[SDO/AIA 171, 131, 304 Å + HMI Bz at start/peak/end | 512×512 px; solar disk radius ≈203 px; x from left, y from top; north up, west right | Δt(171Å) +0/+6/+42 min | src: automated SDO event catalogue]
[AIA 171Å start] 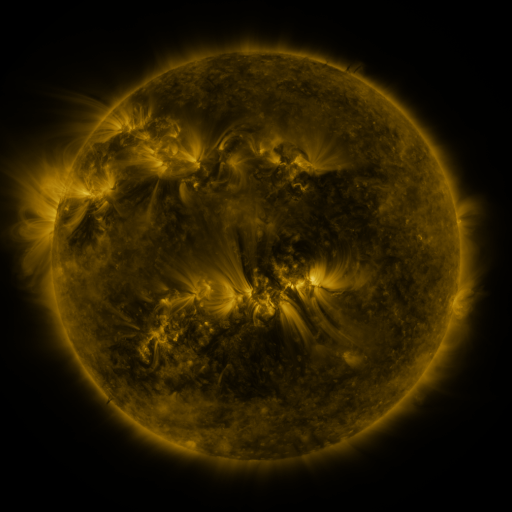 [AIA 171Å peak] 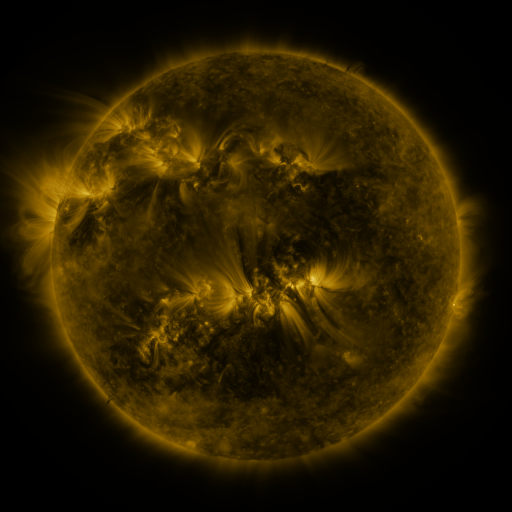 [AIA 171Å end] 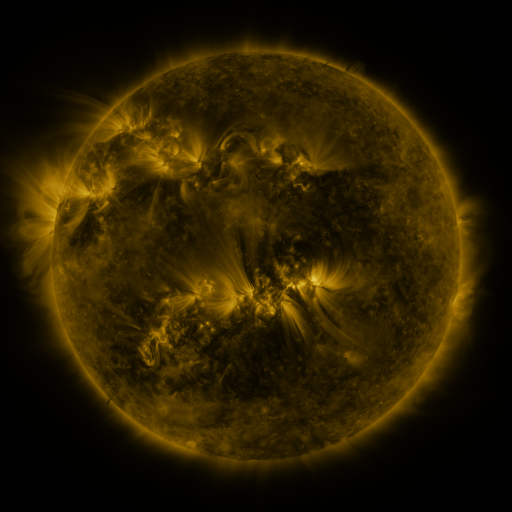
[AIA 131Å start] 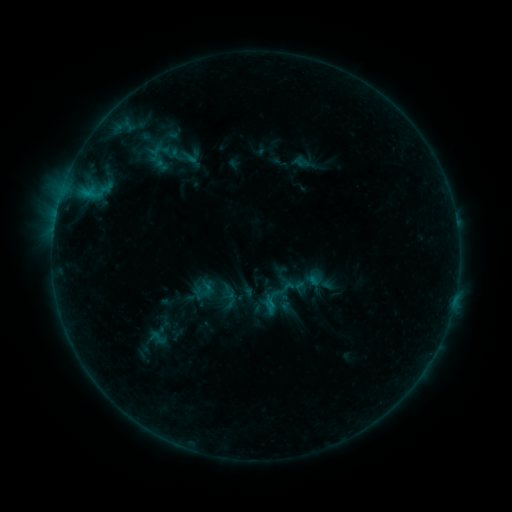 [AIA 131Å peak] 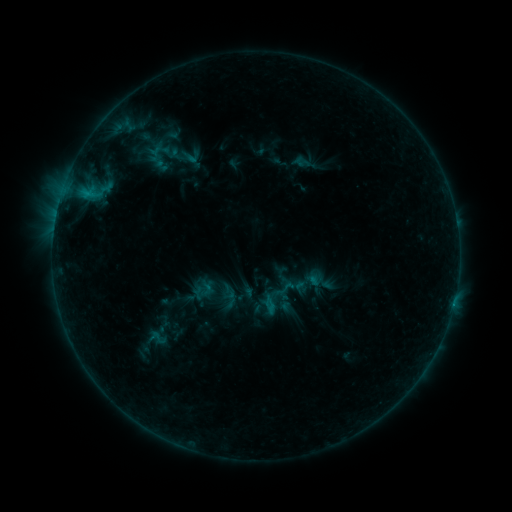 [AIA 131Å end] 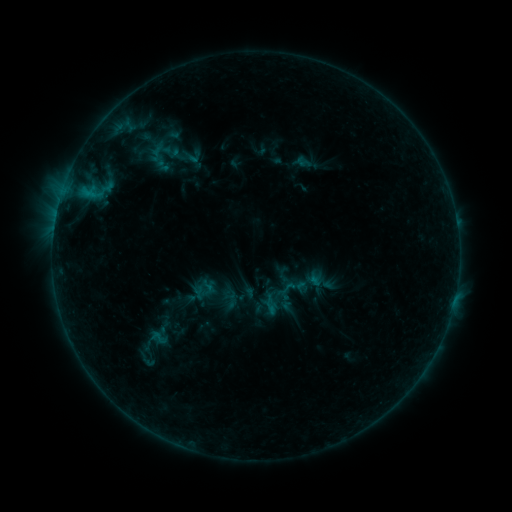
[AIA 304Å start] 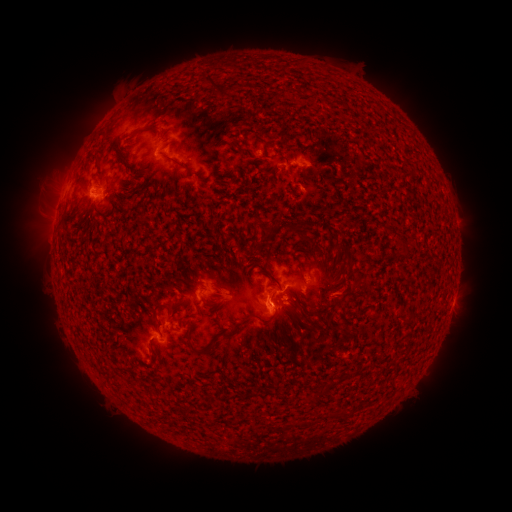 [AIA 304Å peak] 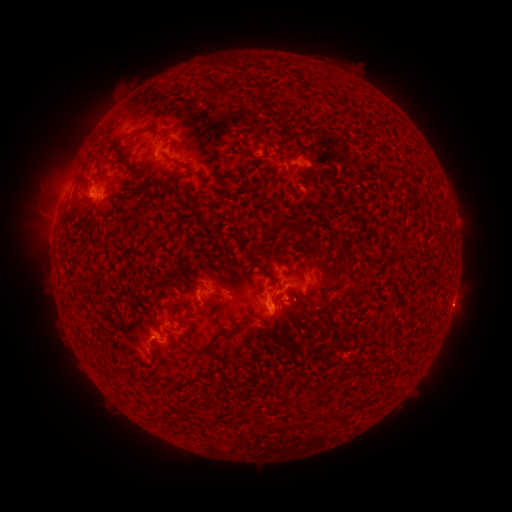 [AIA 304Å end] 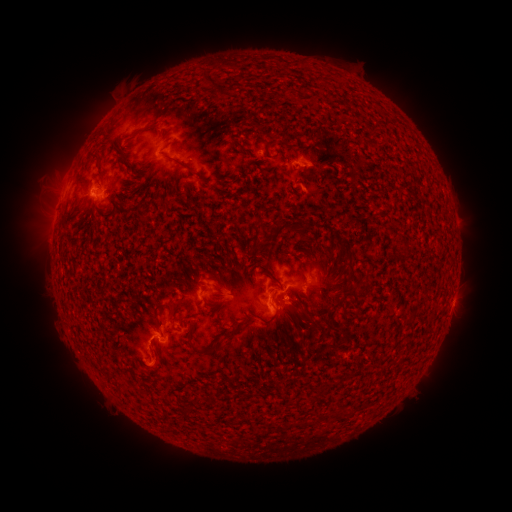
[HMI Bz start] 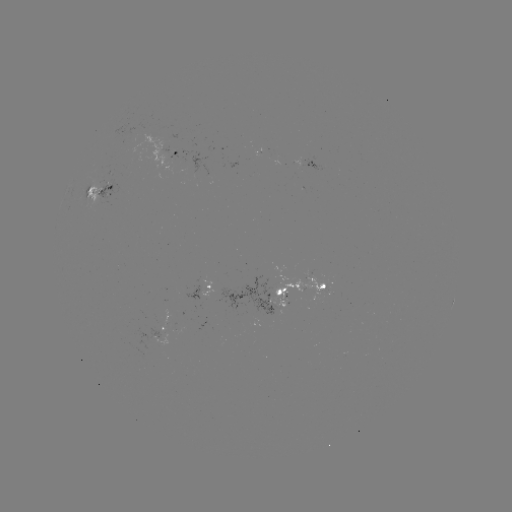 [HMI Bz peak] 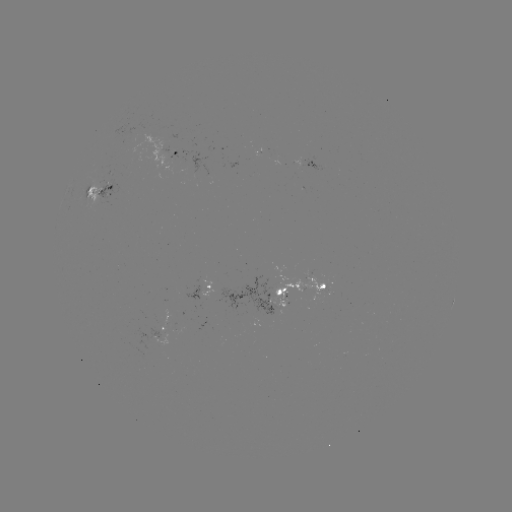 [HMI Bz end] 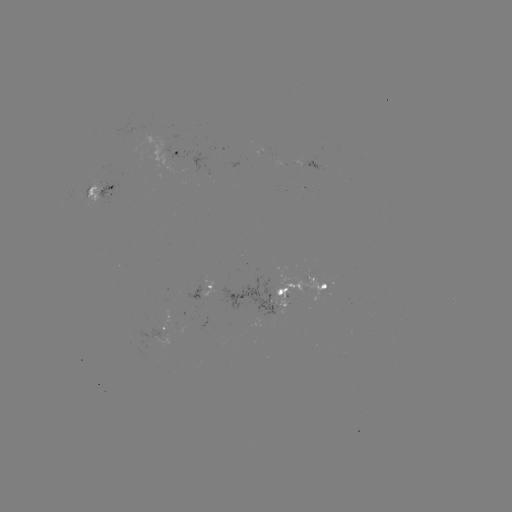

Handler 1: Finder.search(emerging-flux region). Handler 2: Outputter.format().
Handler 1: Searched emerging-flux region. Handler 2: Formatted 263,299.